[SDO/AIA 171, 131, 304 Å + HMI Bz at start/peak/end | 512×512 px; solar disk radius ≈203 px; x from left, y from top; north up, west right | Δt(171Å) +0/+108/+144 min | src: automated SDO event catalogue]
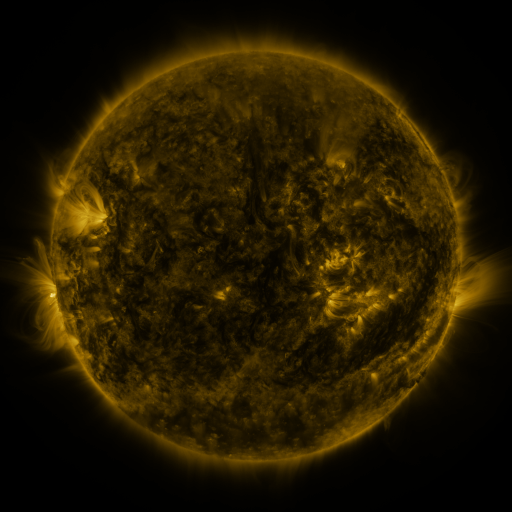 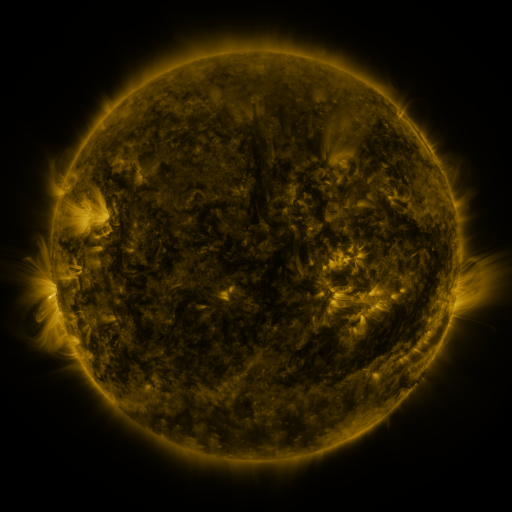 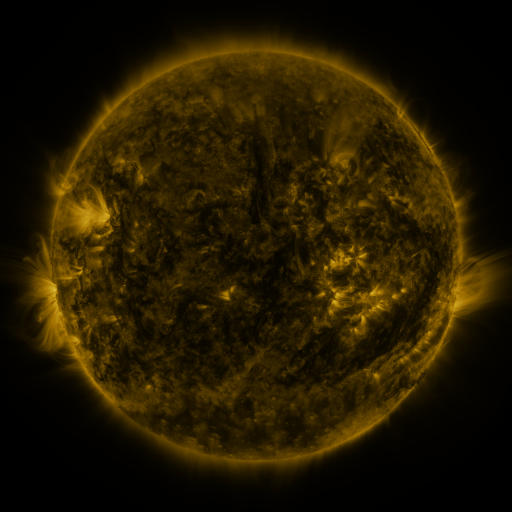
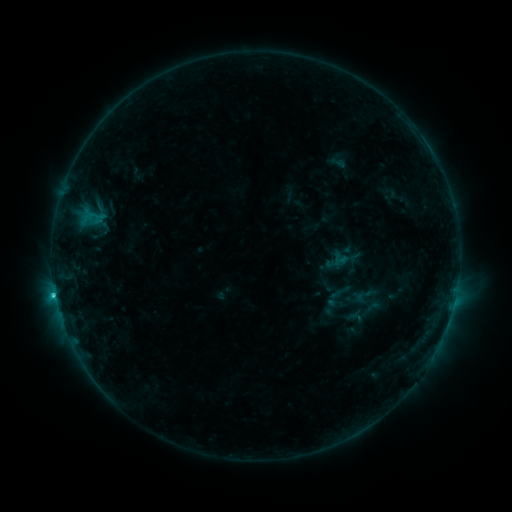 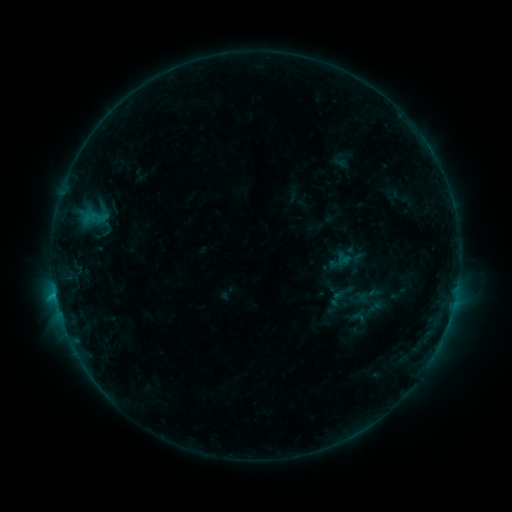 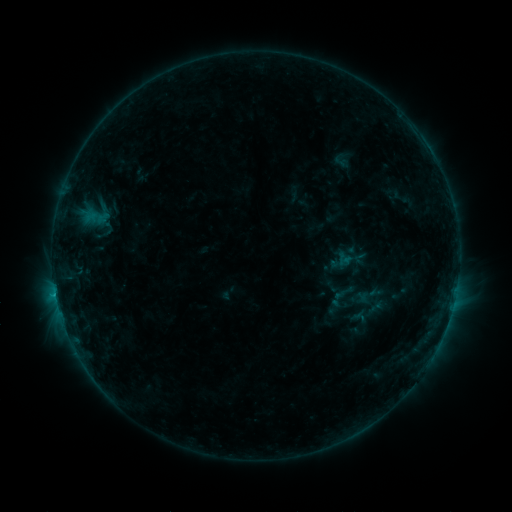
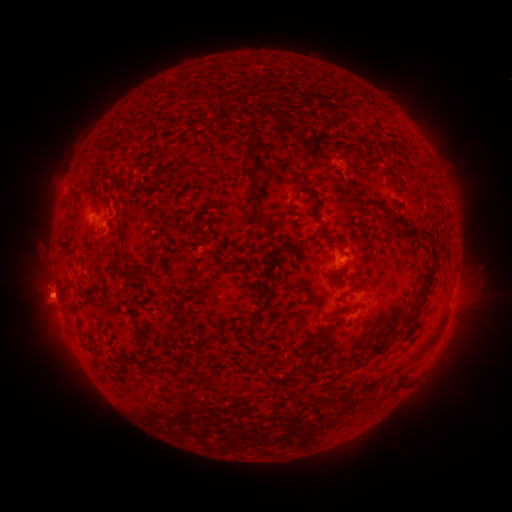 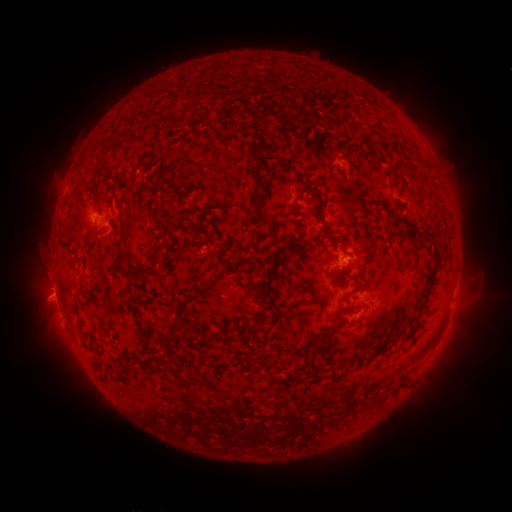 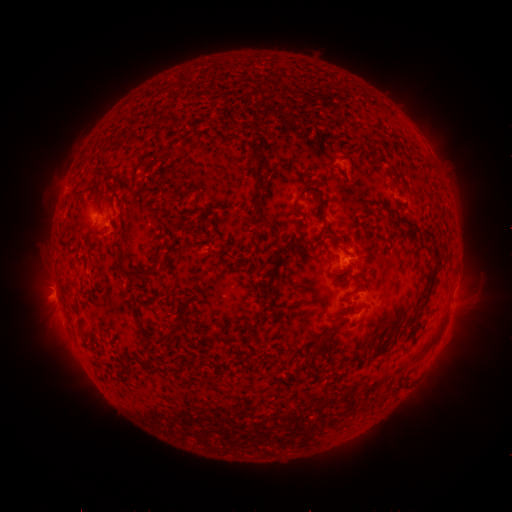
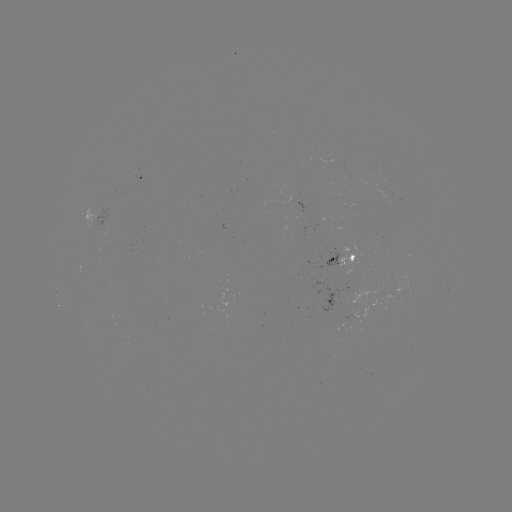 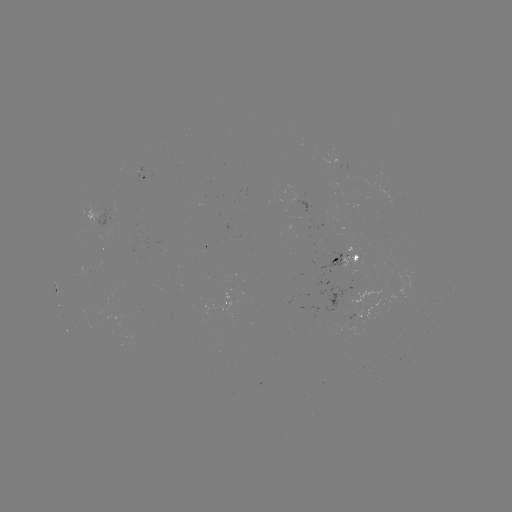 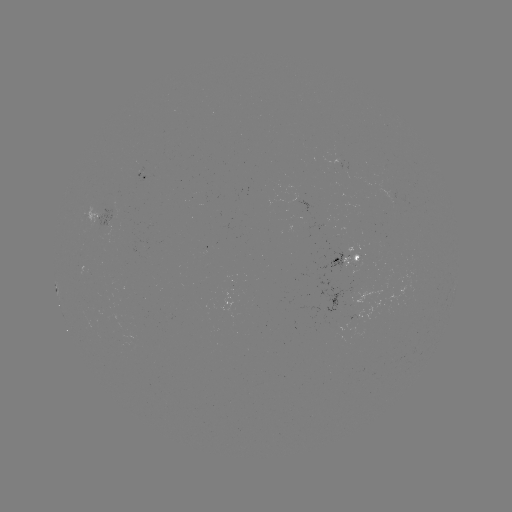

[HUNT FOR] emerging-flux region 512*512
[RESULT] [86, 271]